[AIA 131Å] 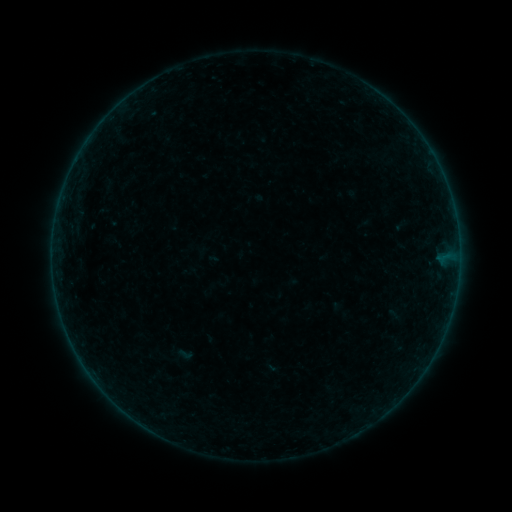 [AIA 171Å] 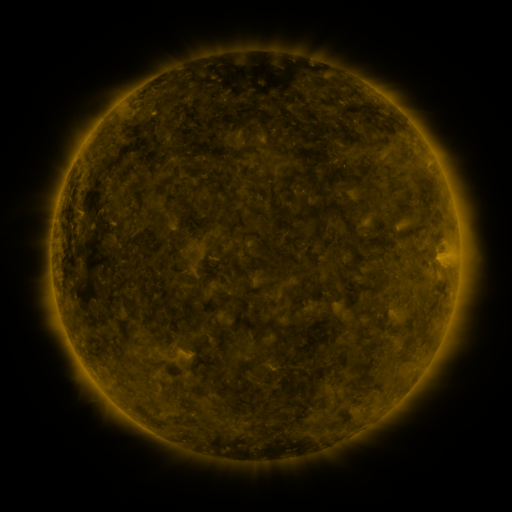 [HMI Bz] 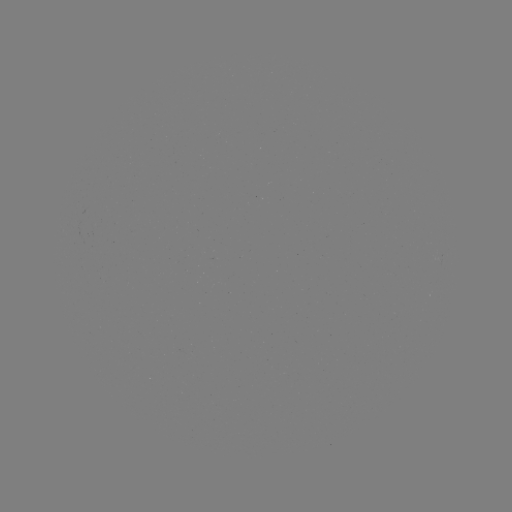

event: sigmoid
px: (185, 354)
